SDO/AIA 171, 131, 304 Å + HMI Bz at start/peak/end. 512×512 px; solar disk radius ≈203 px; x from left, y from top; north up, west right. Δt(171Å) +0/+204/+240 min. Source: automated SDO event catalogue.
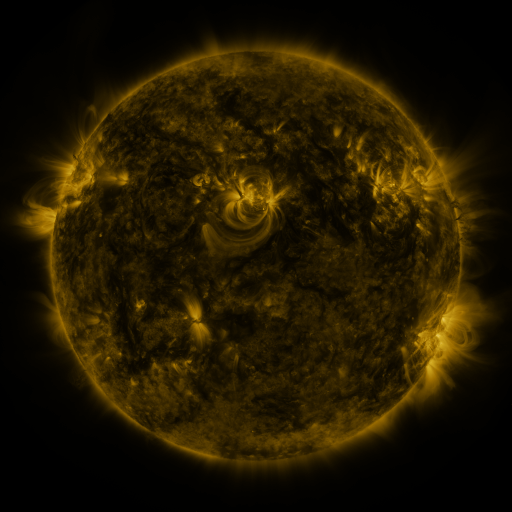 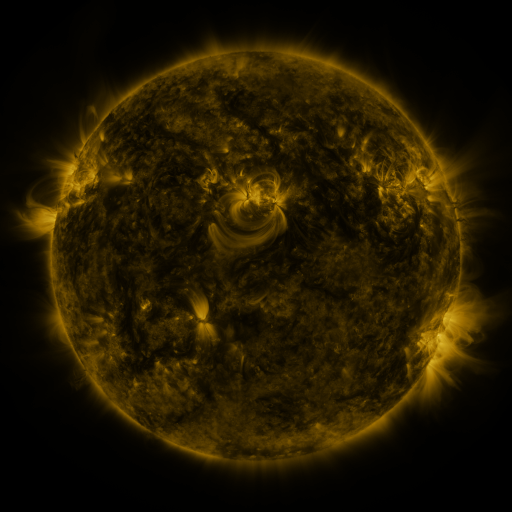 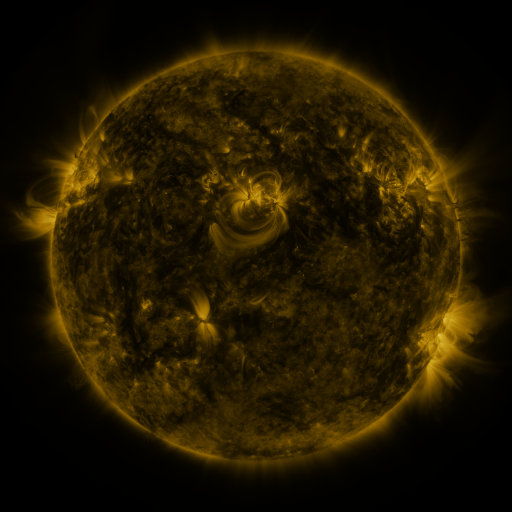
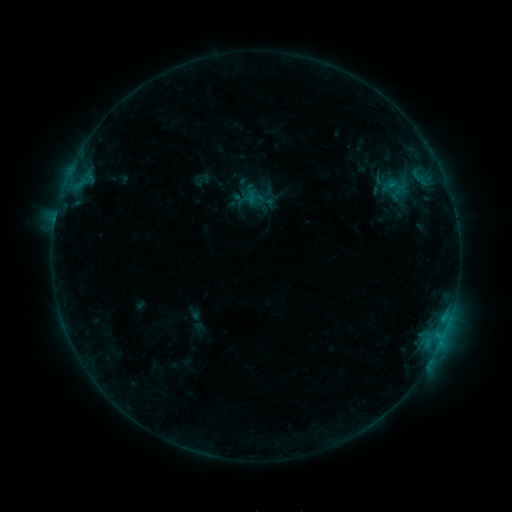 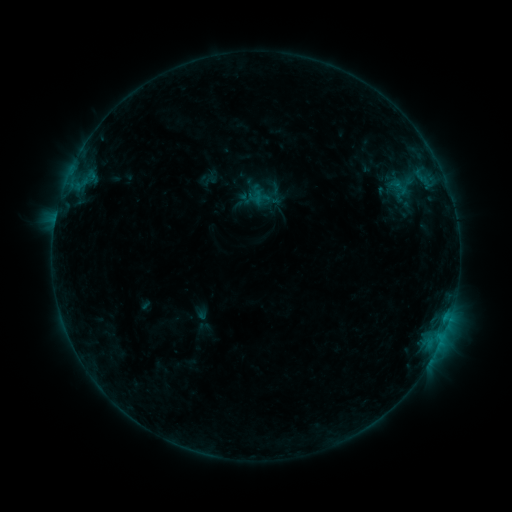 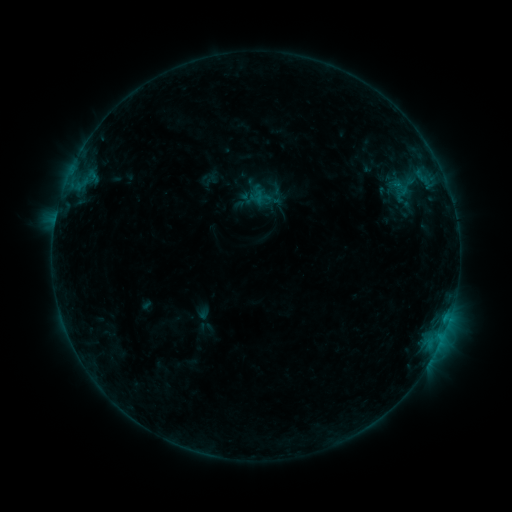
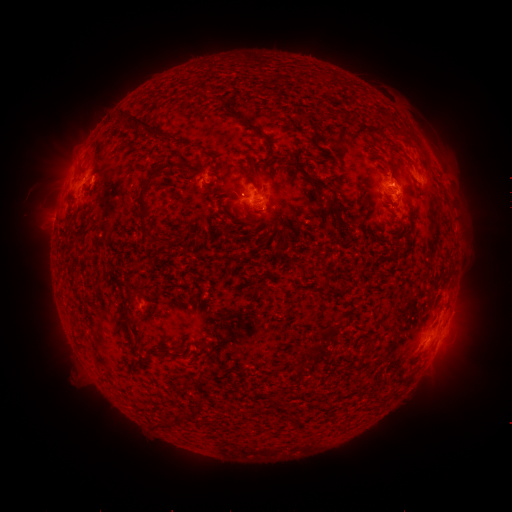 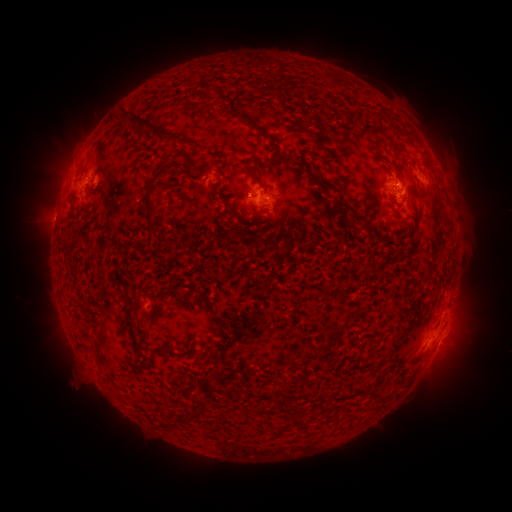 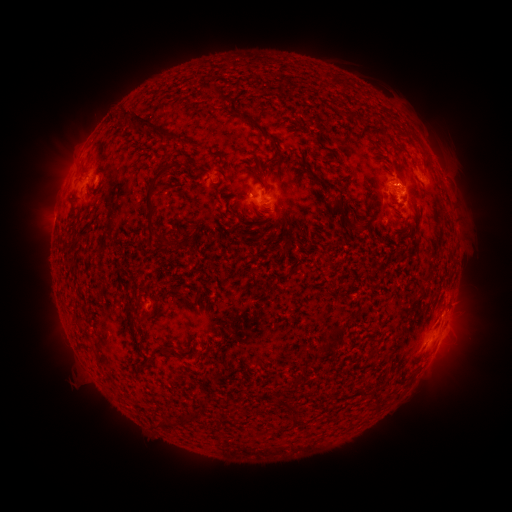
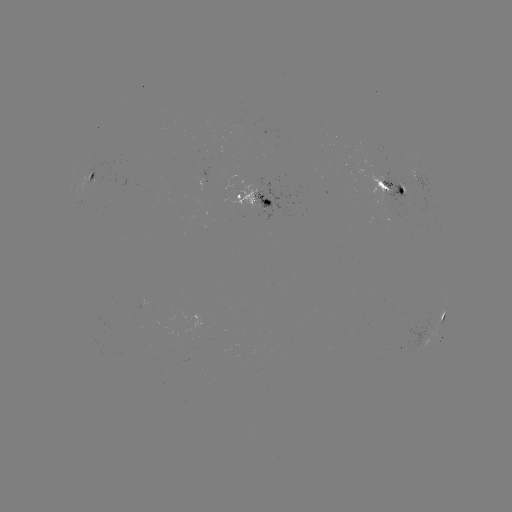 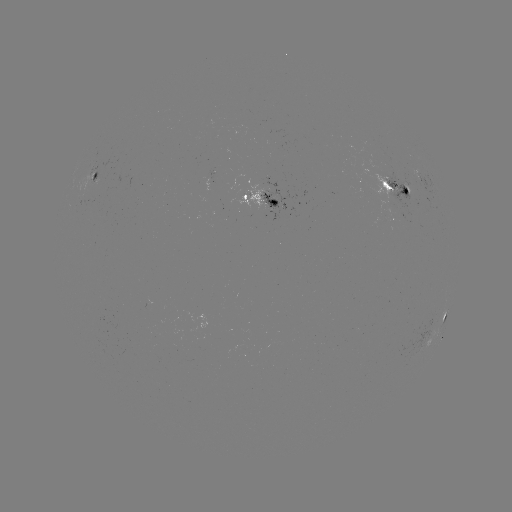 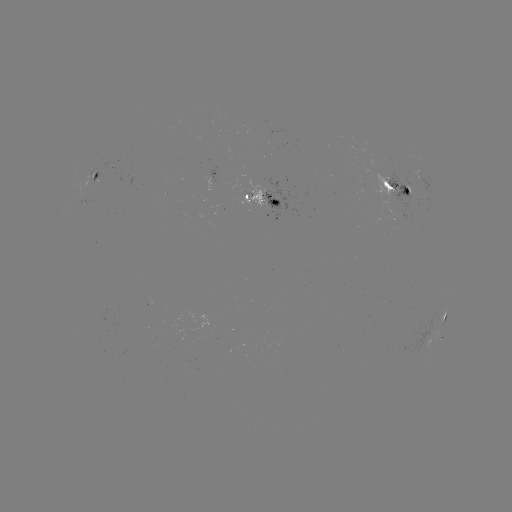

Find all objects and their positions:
emerging-flux region: (396, 201)
